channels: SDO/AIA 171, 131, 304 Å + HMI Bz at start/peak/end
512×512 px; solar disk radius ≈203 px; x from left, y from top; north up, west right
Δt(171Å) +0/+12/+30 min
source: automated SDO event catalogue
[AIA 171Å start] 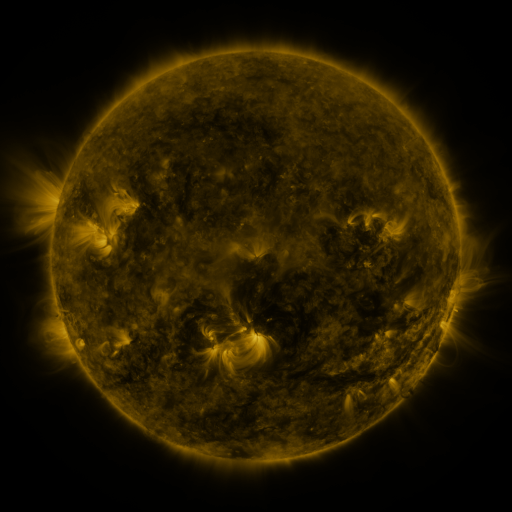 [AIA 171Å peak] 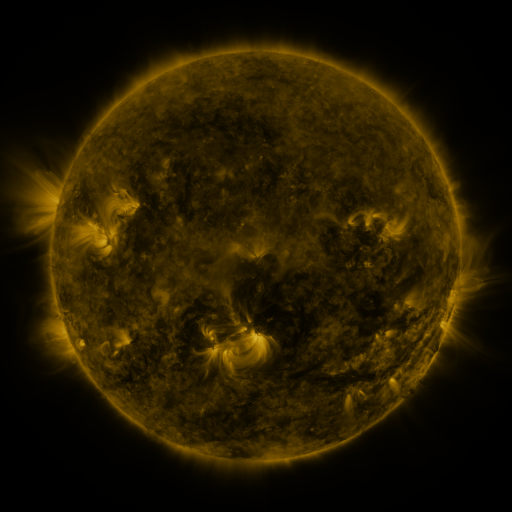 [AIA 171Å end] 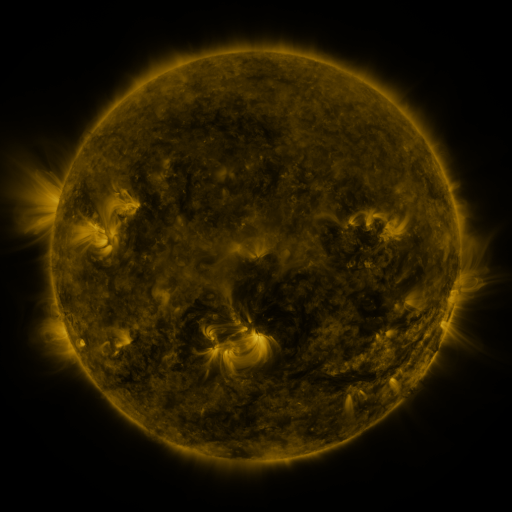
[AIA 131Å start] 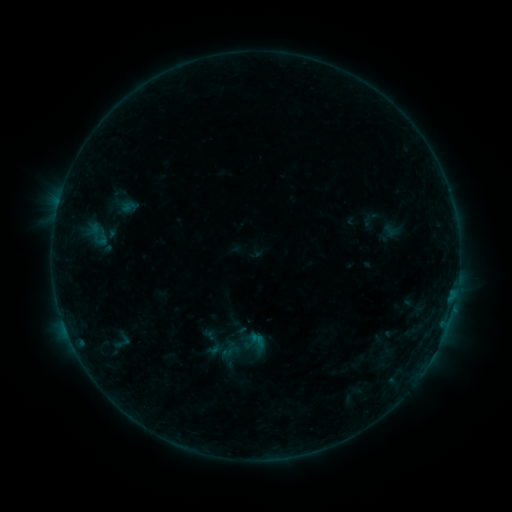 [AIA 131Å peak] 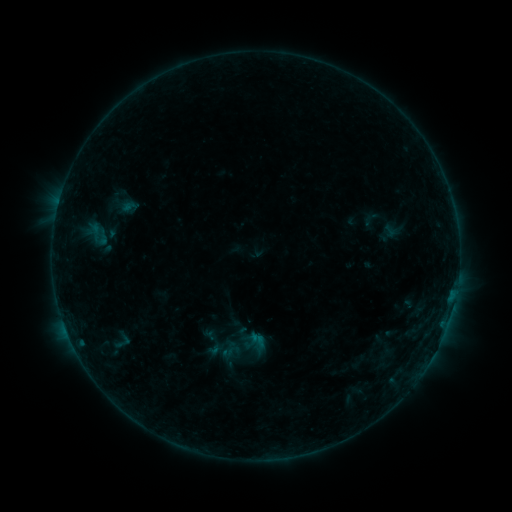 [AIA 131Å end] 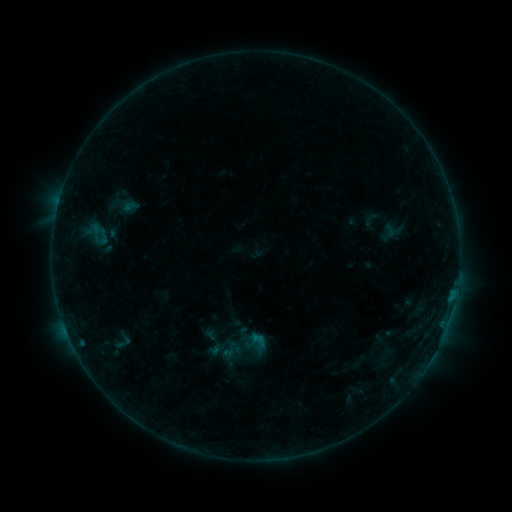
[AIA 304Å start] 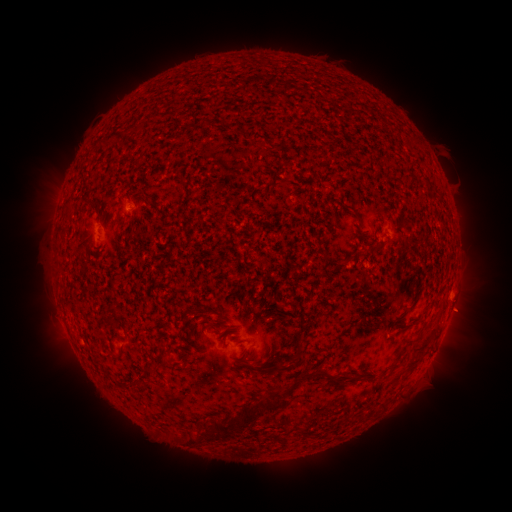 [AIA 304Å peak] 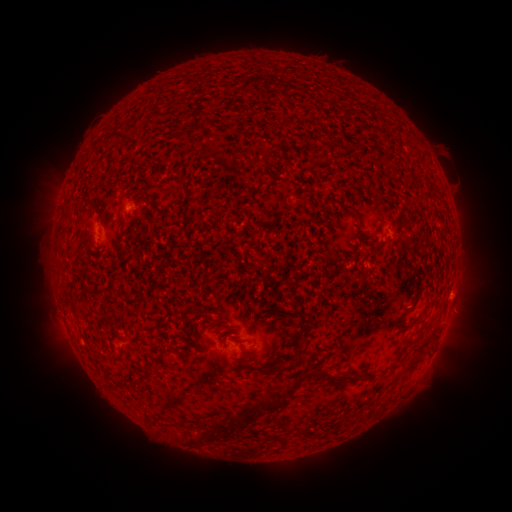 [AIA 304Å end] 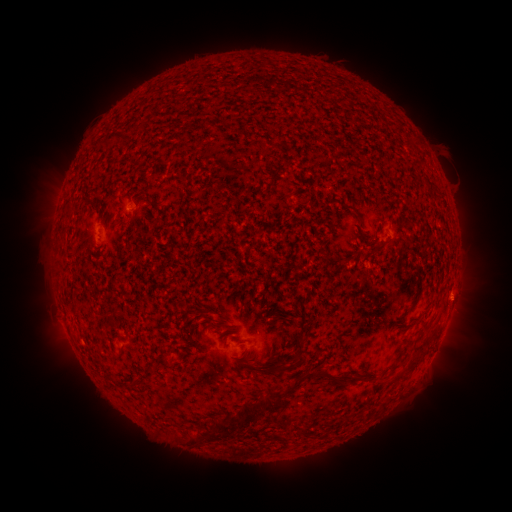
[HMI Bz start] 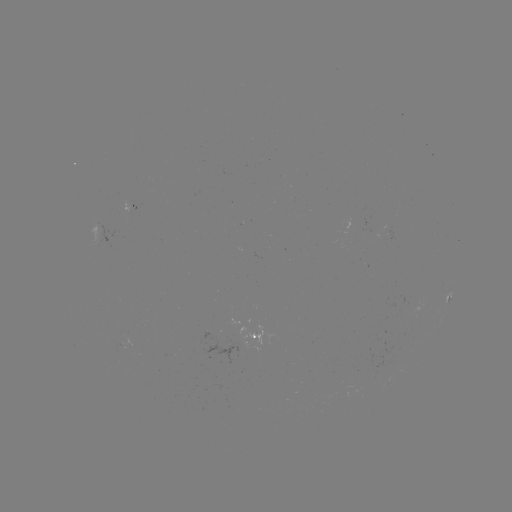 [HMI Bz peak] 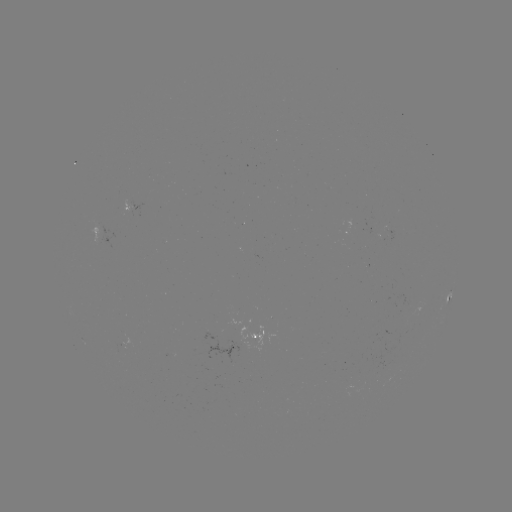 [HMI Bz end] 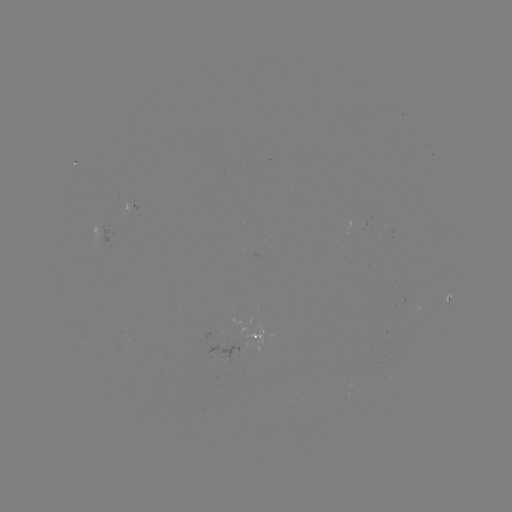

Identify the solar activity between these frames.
no flare in any classed list; no EUV-trigger detection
